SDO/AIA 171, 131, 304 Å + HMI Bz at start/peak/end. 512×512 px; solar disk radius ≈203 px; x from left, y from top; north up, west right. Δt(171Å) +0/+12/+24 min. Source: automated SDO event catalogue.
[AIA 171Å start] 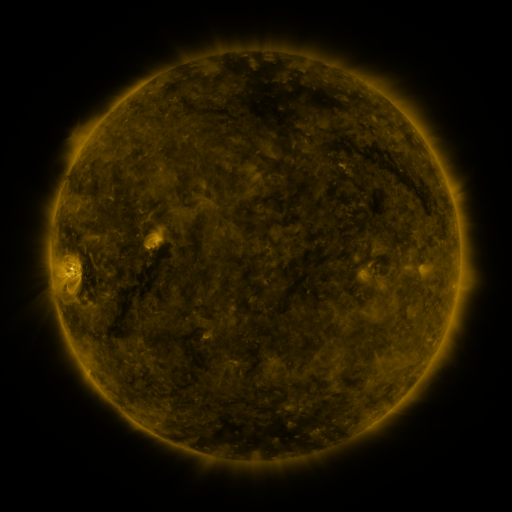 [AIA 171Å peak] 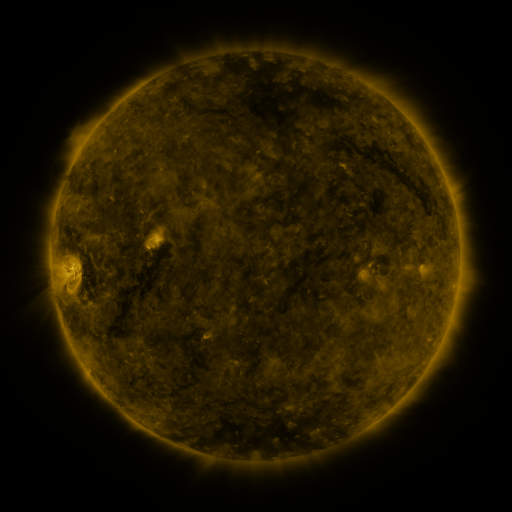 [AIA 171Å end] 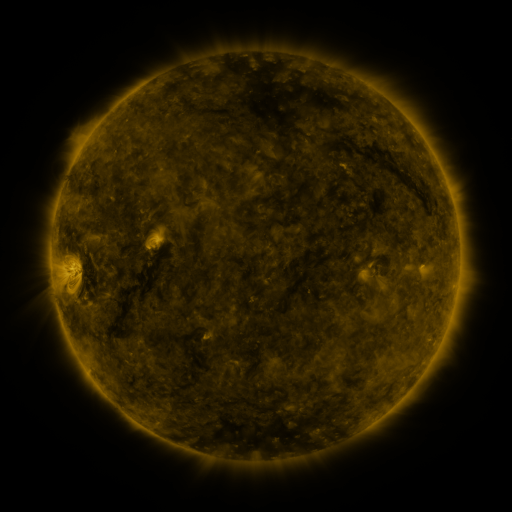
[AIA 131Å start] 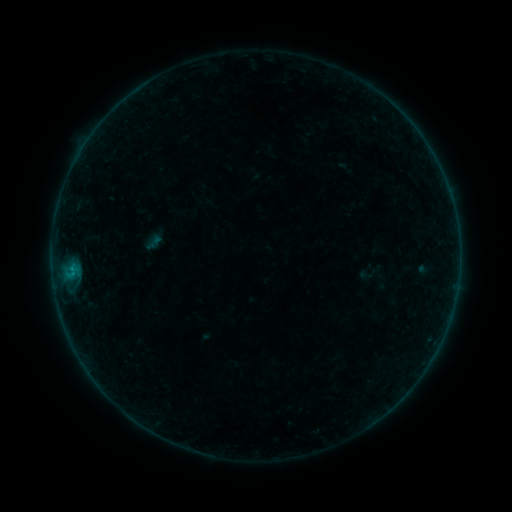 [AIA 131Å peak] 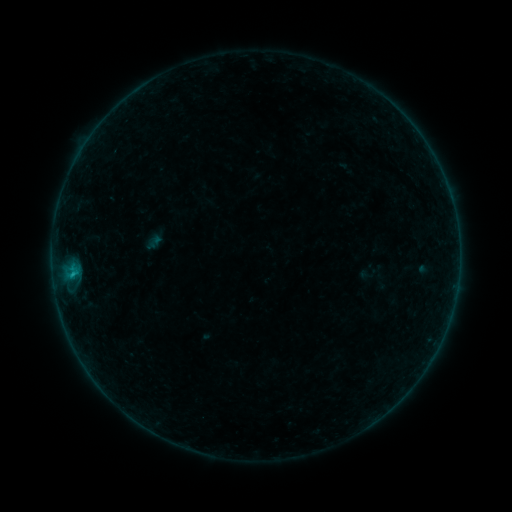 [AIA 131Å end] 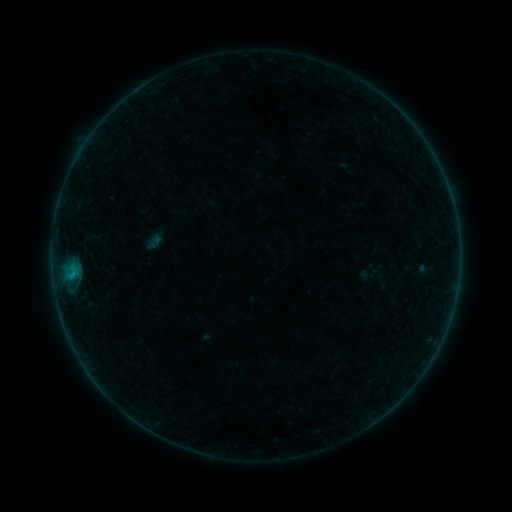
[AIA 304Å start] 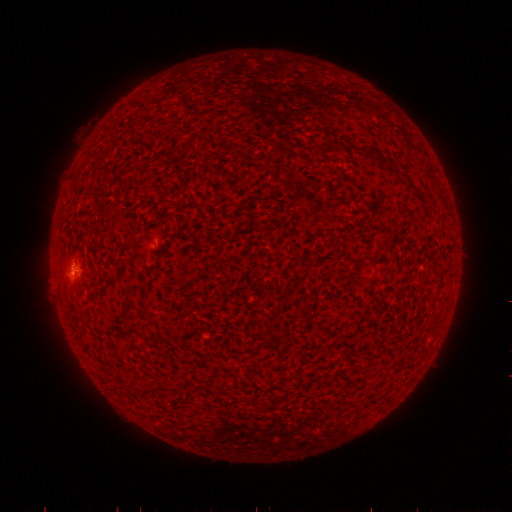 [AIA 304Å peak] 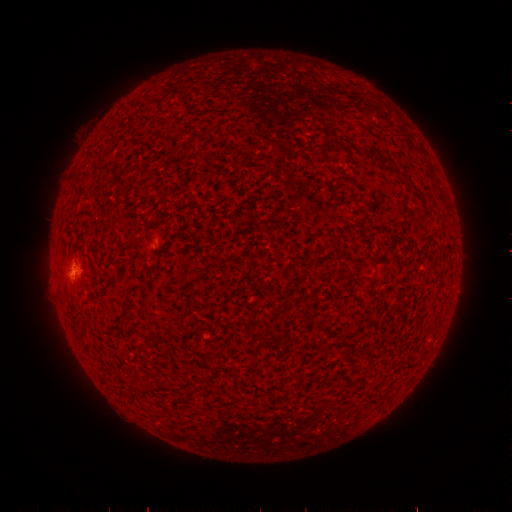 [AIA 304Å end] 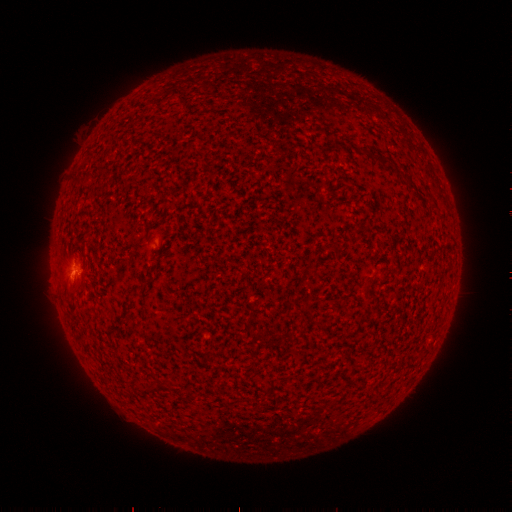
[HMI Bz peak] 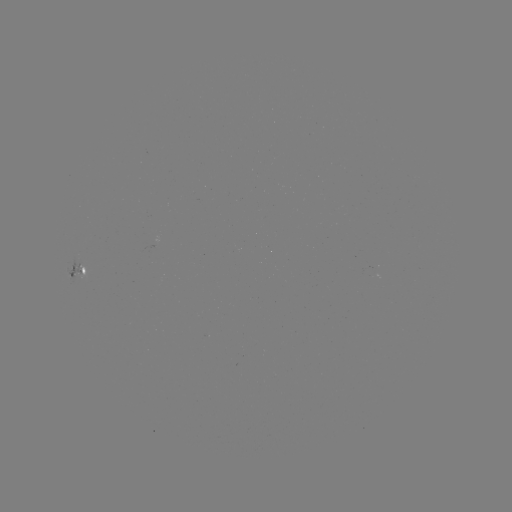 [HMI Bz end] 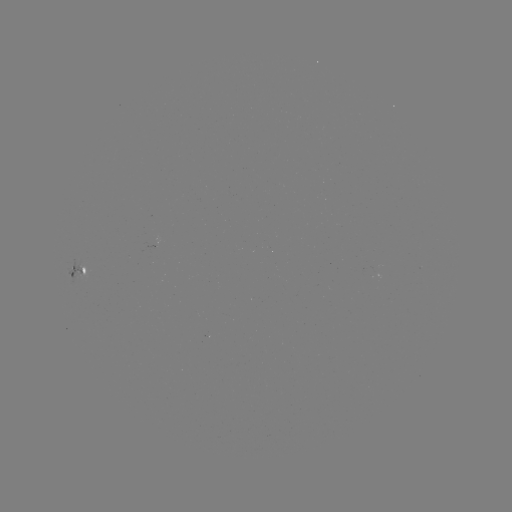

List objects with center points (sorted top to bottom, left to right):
B3.7 flare: (72, 271)
